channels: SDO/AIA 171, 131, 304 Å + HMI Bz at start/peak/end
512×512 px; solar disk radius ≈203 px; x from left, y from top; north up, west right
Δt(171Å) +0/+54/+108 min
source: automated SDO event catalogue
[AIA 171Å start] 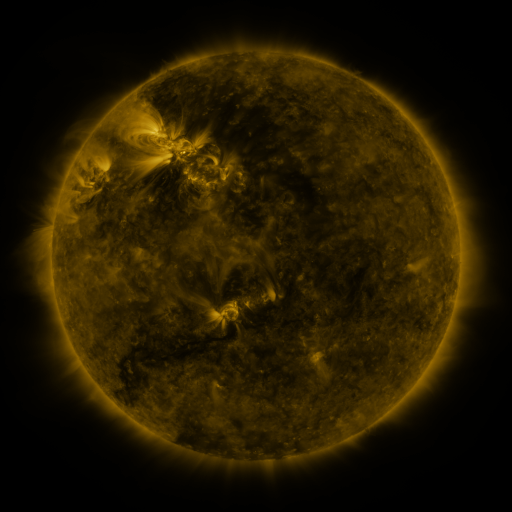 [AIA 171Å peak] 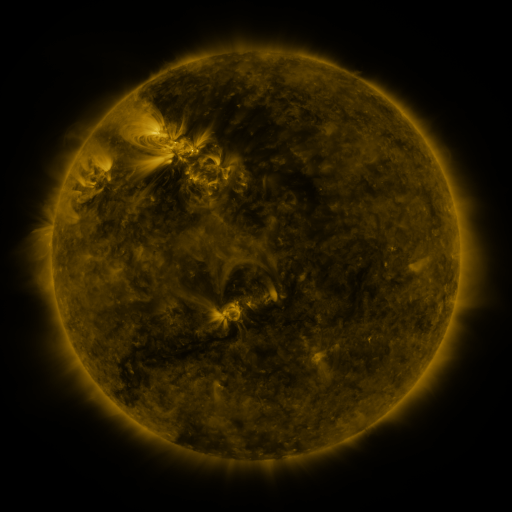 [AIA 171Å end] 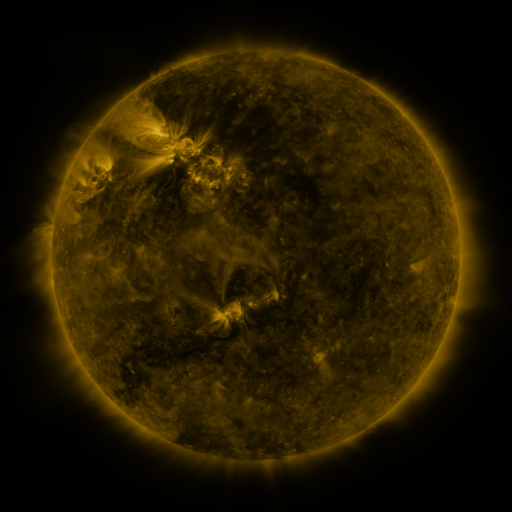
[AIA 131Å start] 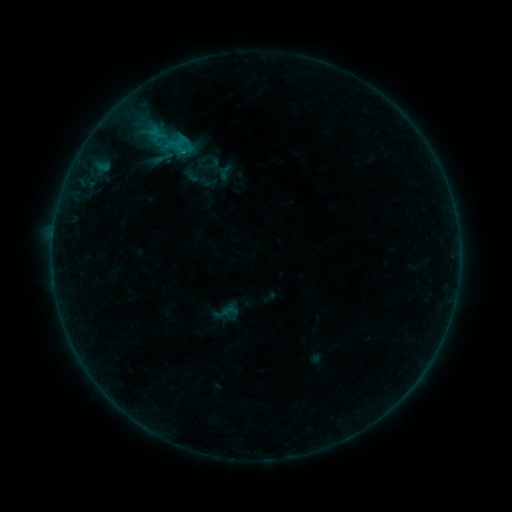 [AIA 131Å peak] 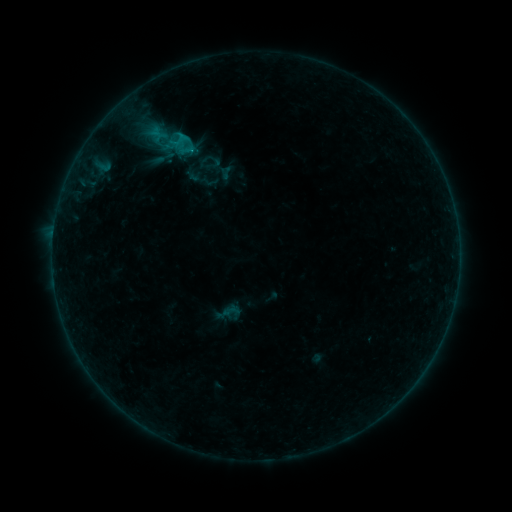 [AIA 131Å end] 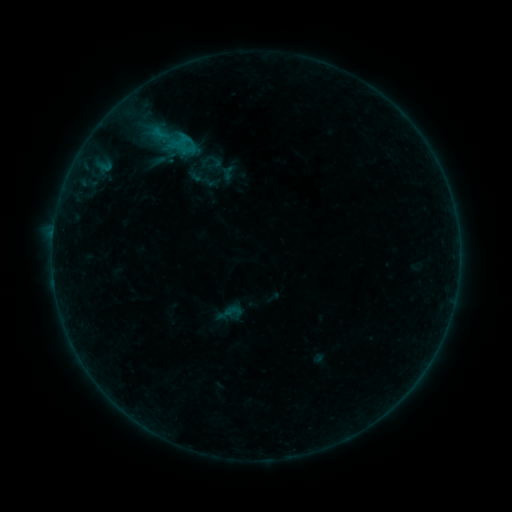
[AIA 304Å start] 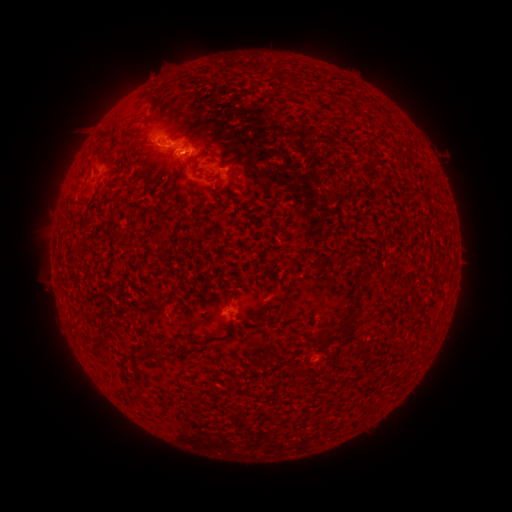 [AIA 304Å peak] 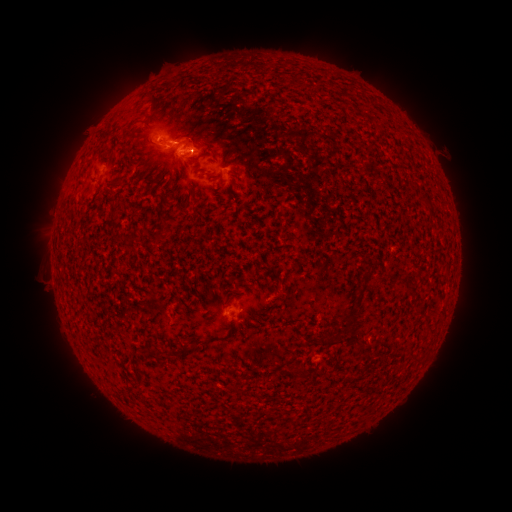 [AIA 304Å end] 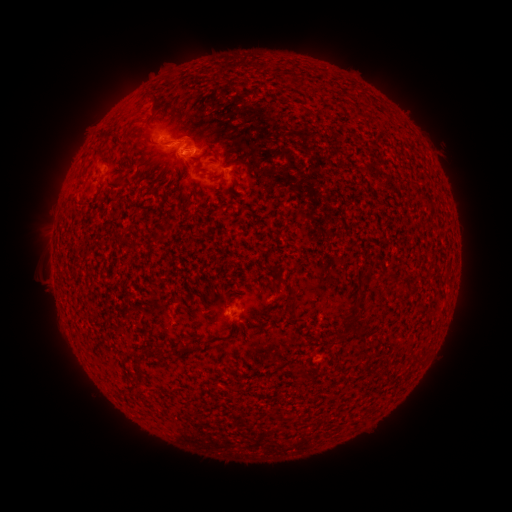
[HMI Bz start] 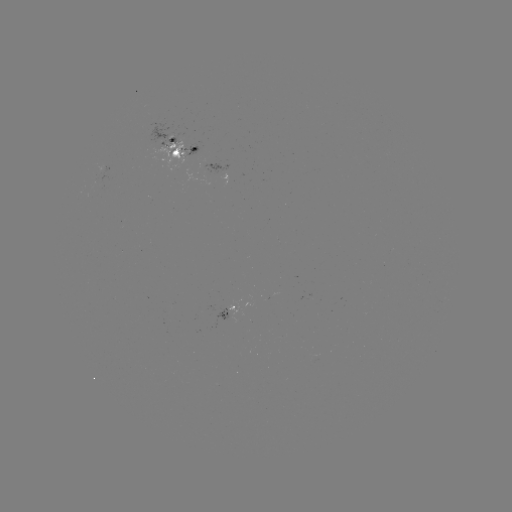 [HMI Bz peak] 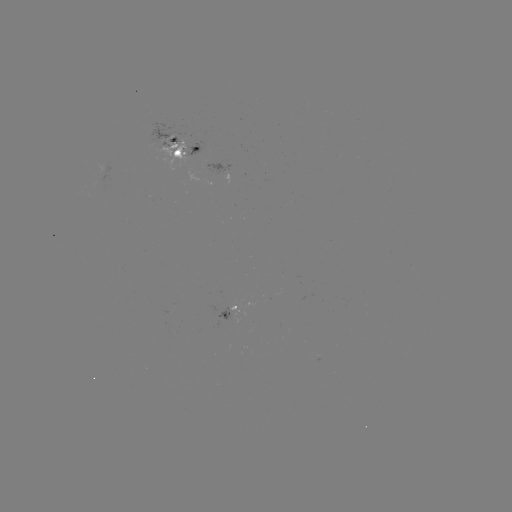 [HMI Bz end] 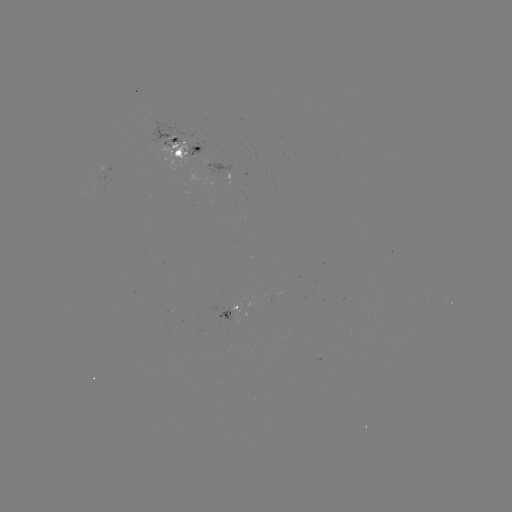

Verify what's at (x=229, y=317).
emerging-flux region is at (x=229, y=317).